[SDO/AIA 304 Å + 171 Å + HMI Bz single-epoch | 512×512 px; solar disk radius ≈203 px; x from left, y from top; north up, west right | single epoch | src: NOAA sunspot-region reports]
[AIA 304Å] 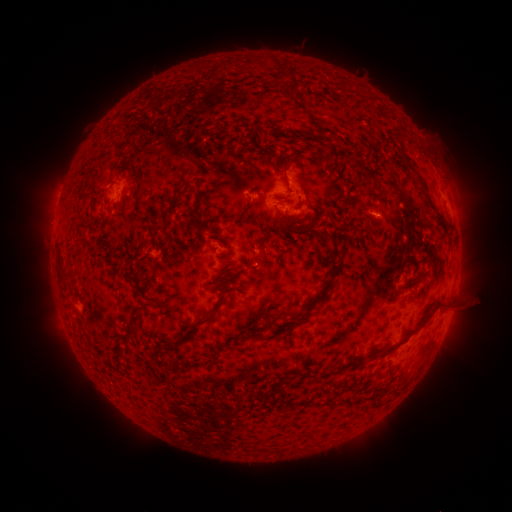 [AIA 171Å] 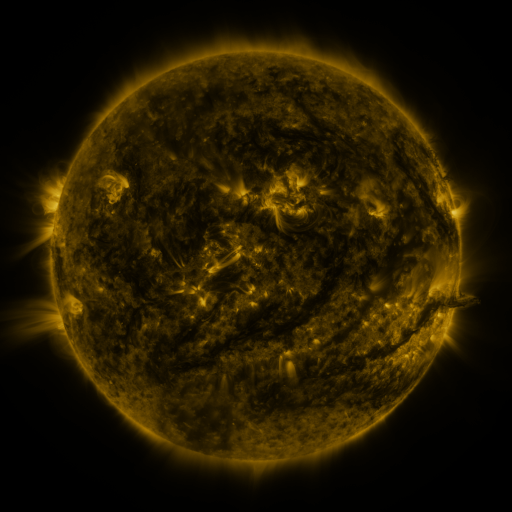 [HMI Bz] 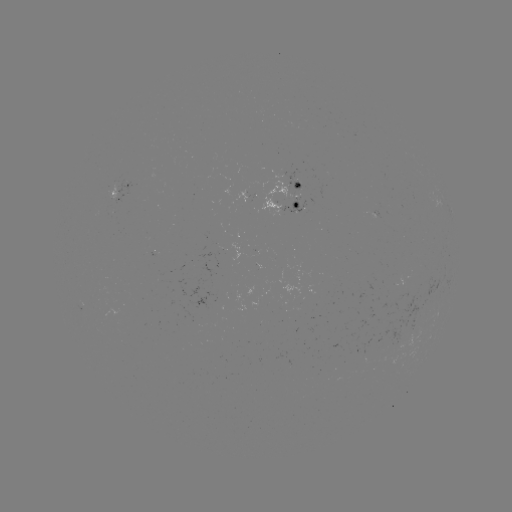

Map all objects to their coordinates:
spotted active region: (120, 193)
spotted active region: (287, 193)
spotted active region: (380, 212)
